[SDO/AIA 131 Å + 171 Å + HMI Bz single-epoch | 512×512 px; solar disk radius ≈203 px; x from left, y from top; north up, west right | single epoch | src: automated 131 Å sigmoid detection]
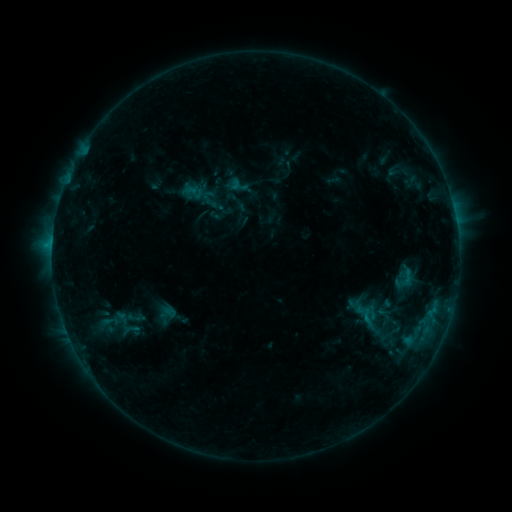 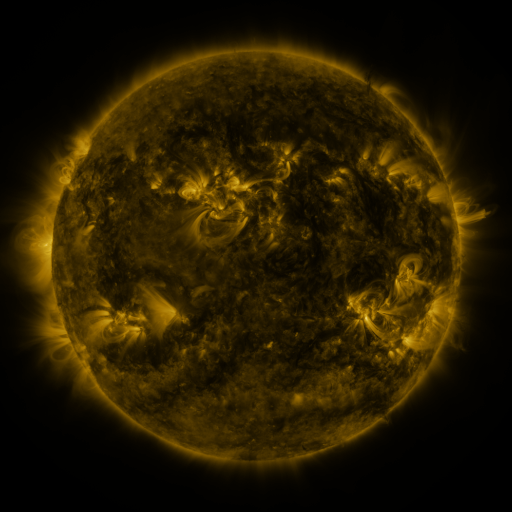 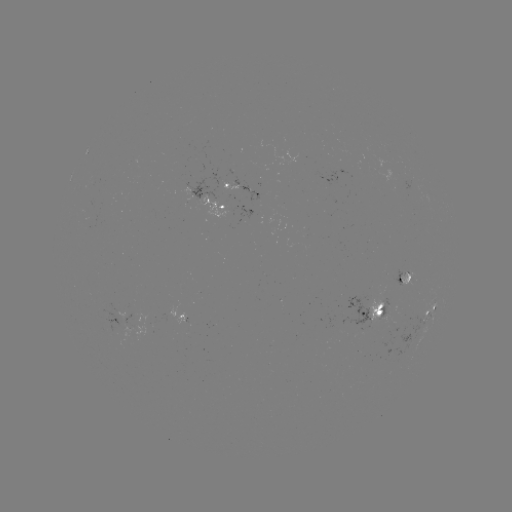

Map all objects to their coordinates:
sigmoid: (184, 183, 204, 202)
sigmoid: (95, 311, 126, 331)
